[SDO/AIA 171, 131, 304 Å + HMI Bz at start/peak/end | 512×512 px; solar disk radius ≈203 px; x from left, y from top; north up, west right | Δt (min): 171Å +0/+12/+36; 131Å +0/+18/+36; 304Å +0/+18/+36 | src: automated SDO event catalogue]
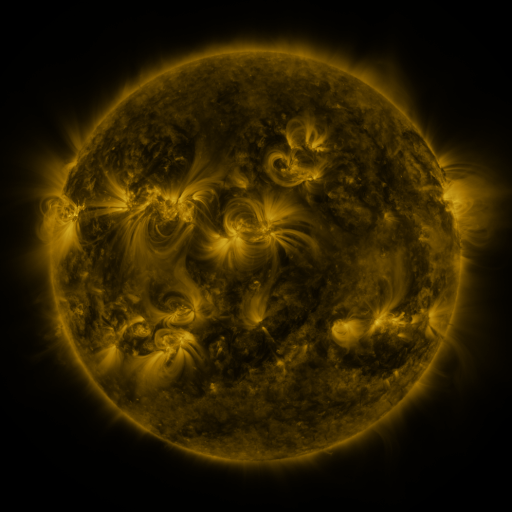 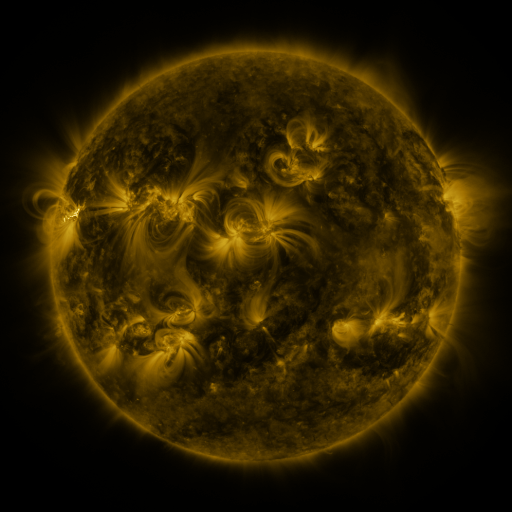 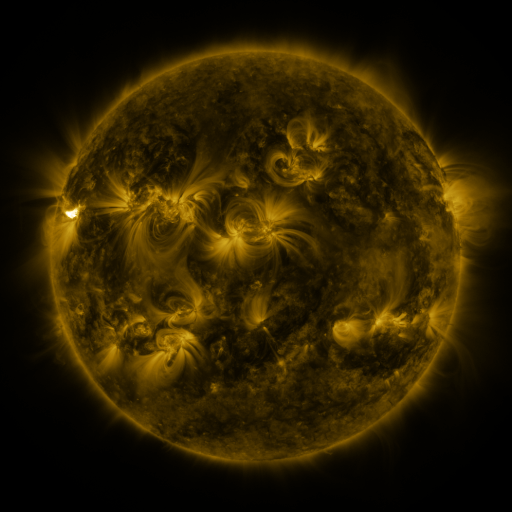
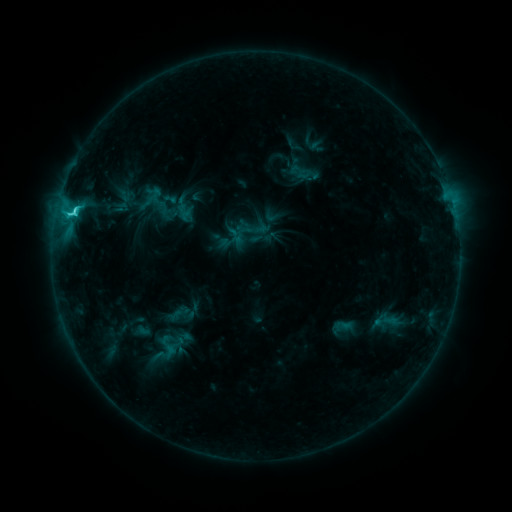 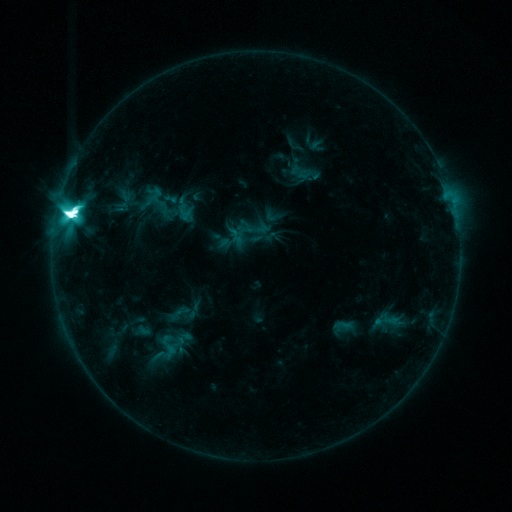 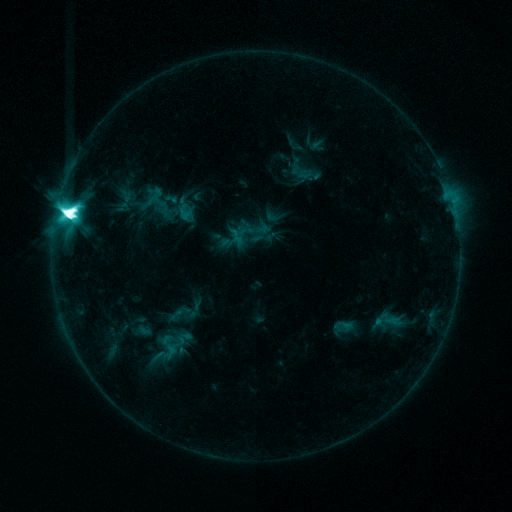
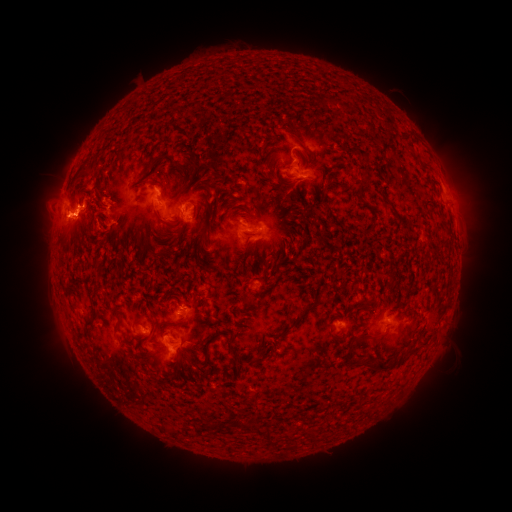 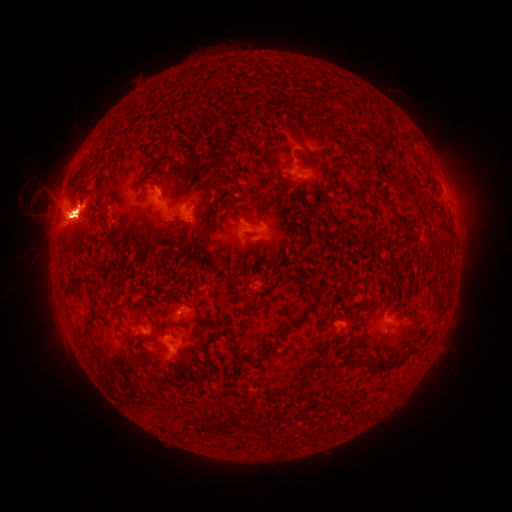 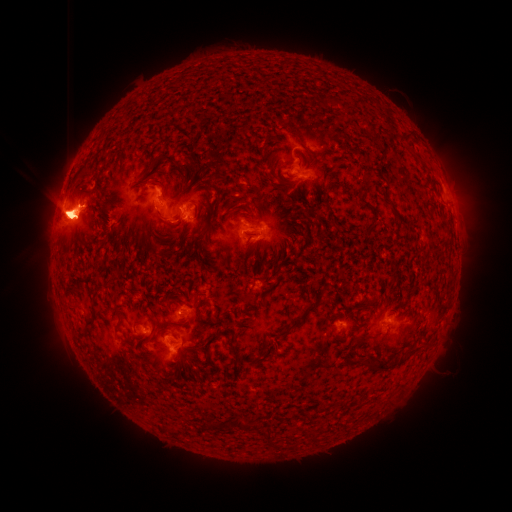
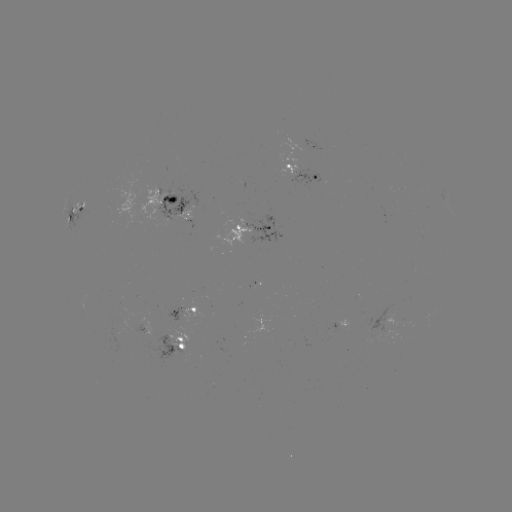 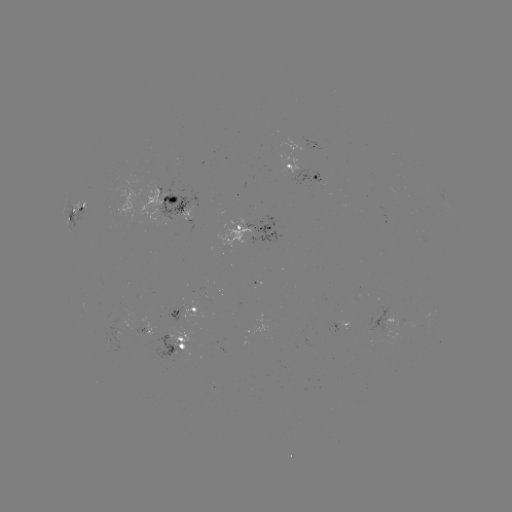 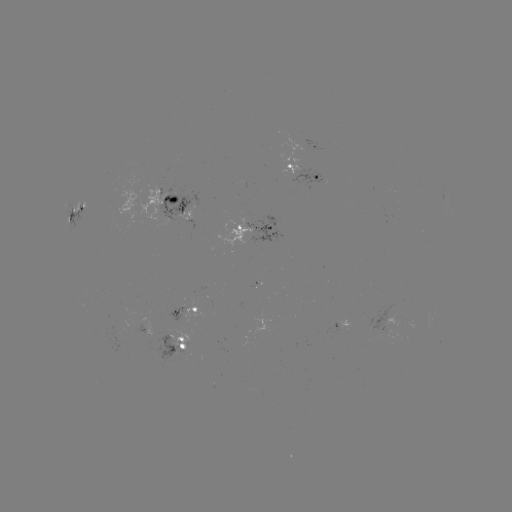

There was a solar eruption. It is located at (80, 224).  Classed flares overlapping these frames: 1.